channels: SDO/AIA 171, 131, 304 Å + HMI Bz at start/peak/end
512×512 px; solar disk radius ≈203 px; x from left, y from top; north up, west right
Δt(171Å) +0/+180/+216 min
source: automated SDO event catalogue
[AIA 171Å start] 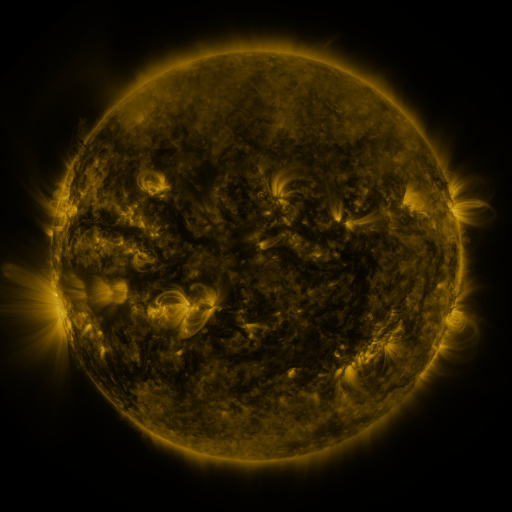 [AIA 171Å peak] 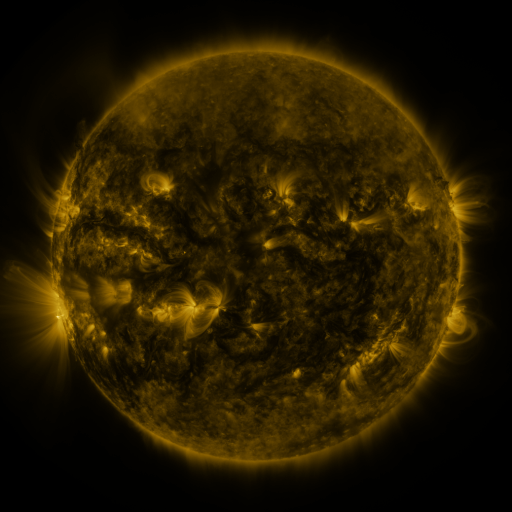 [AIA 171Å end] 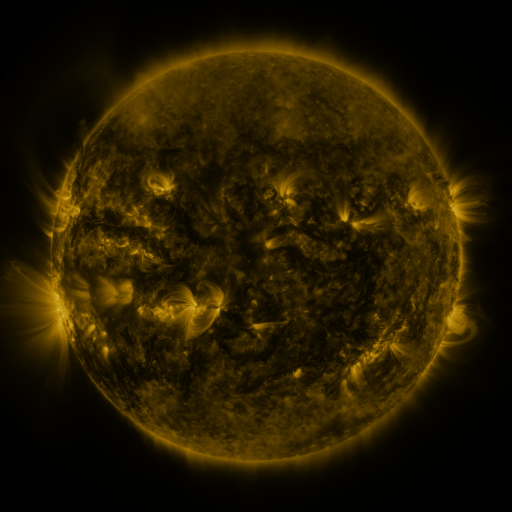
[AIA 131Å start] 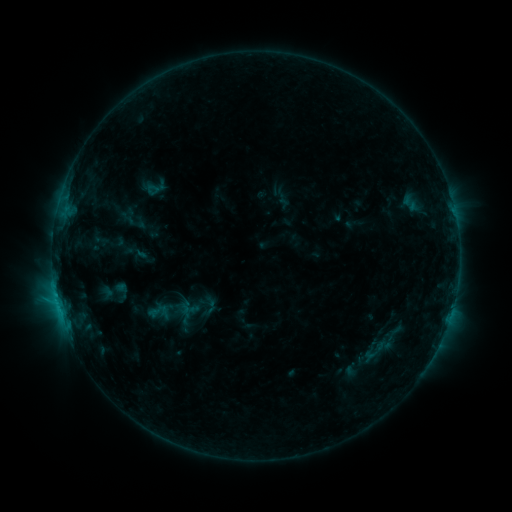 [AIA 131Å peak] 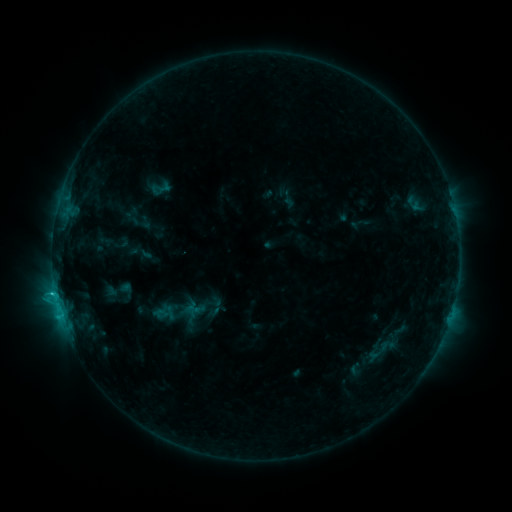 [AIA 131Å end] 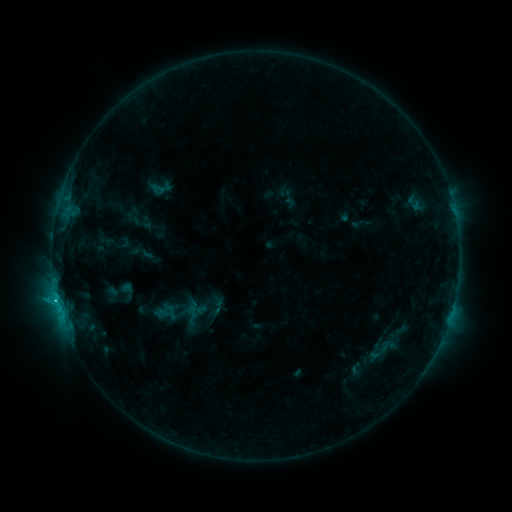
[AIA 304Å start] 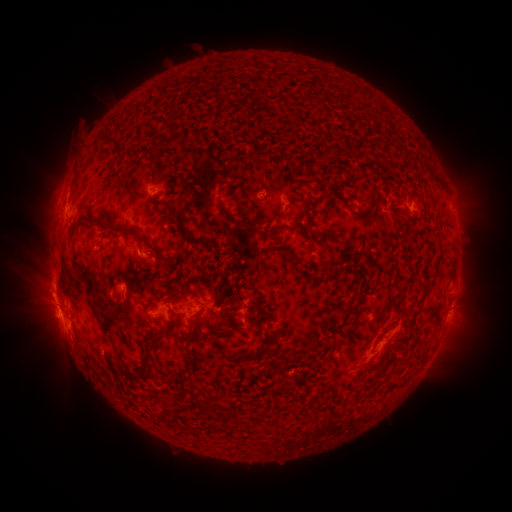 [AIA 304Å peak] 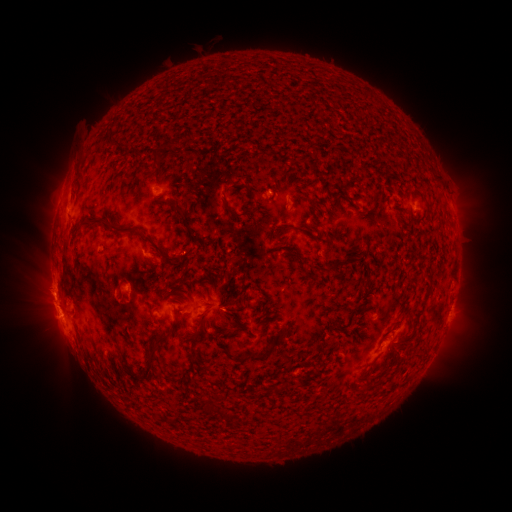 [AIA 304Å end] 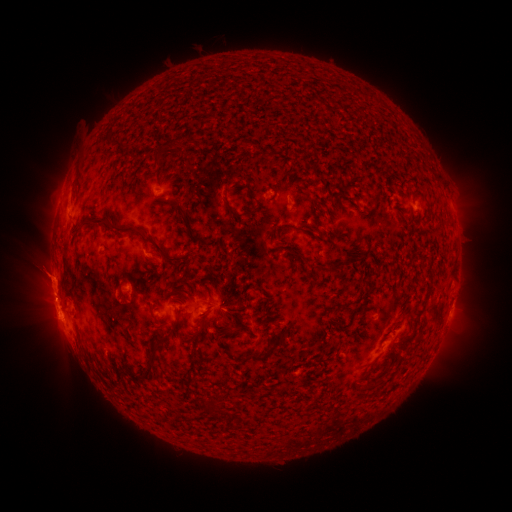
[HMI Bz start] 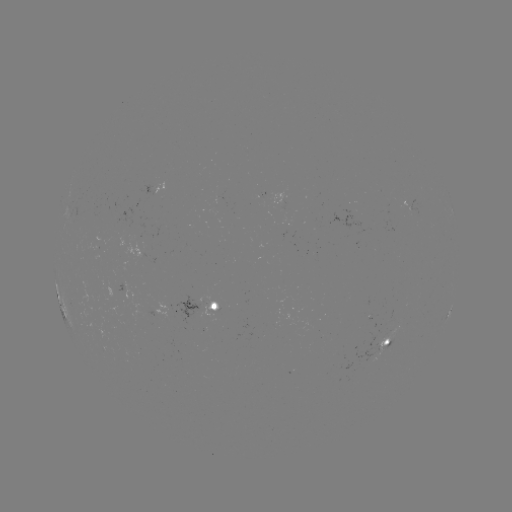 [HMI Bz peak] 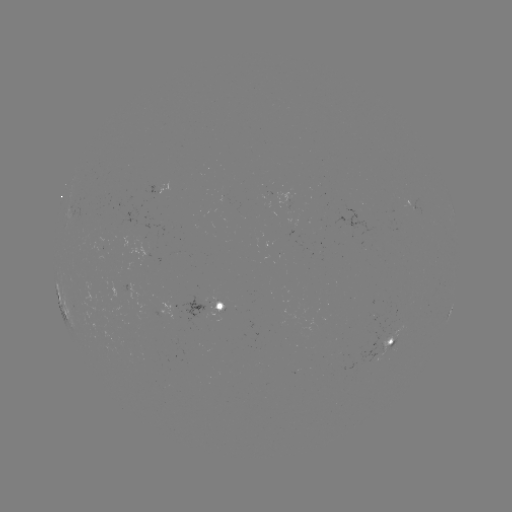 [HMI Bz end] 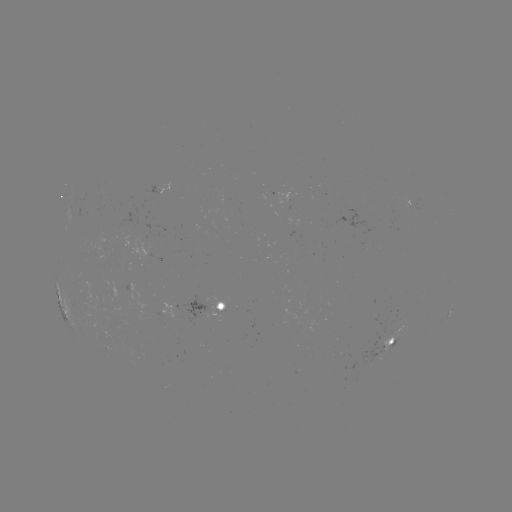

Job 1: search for emerging-flux region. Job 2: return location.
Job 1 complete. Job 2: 213,305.